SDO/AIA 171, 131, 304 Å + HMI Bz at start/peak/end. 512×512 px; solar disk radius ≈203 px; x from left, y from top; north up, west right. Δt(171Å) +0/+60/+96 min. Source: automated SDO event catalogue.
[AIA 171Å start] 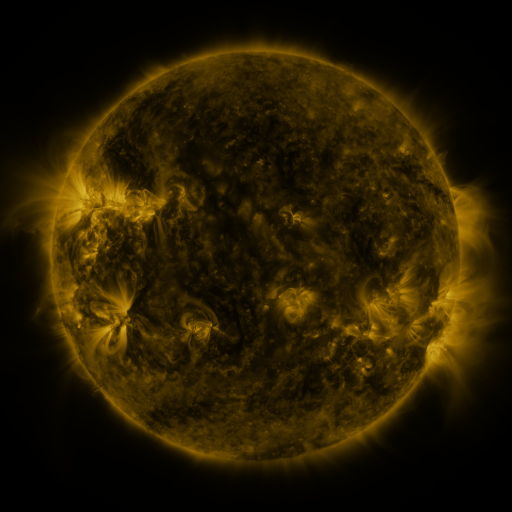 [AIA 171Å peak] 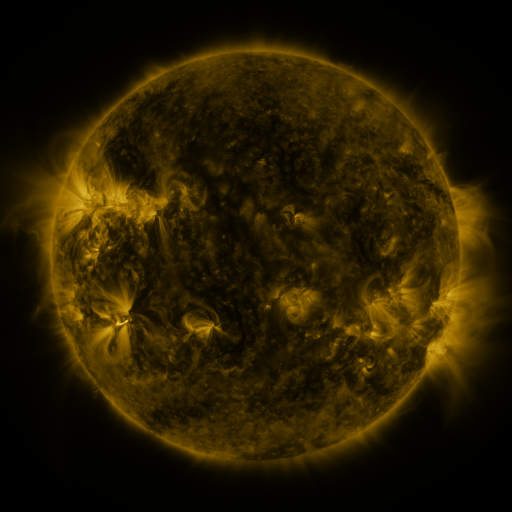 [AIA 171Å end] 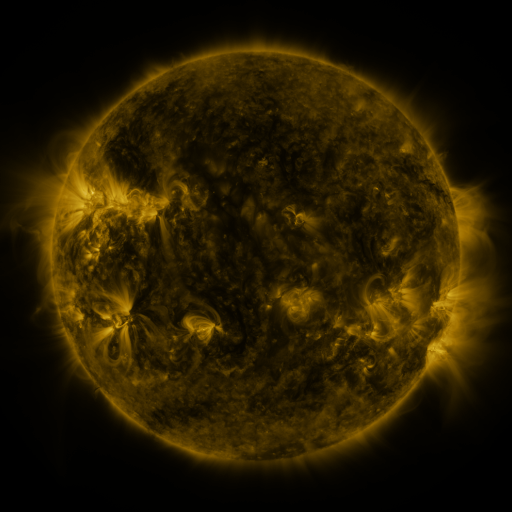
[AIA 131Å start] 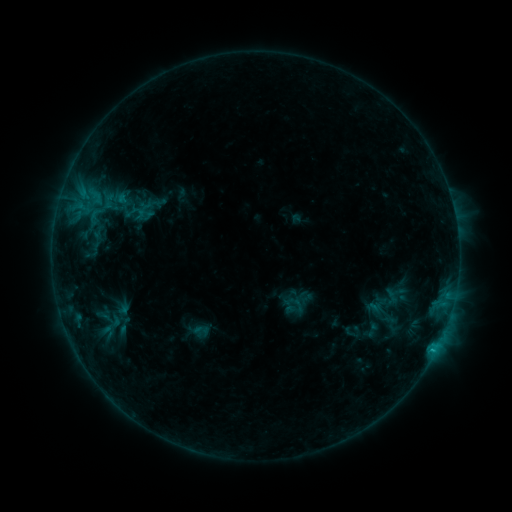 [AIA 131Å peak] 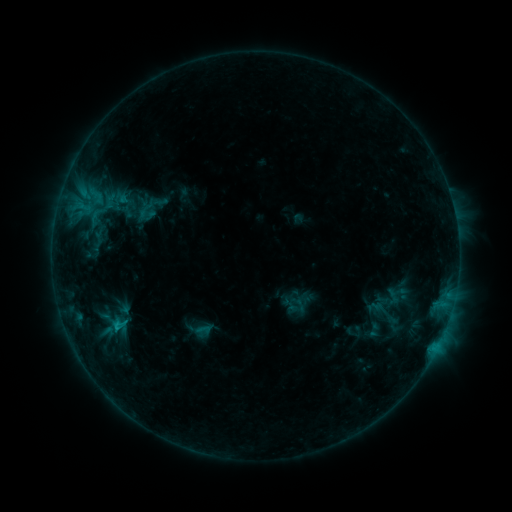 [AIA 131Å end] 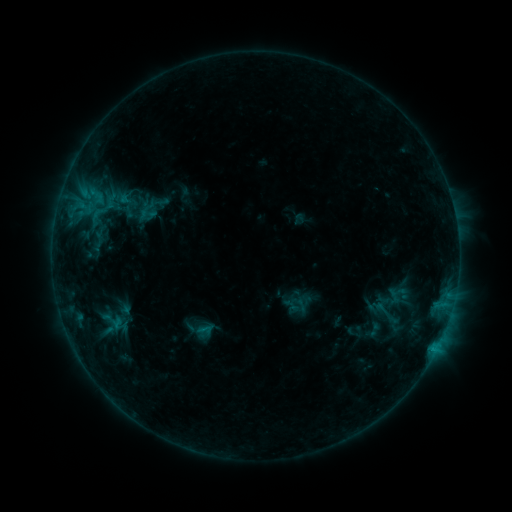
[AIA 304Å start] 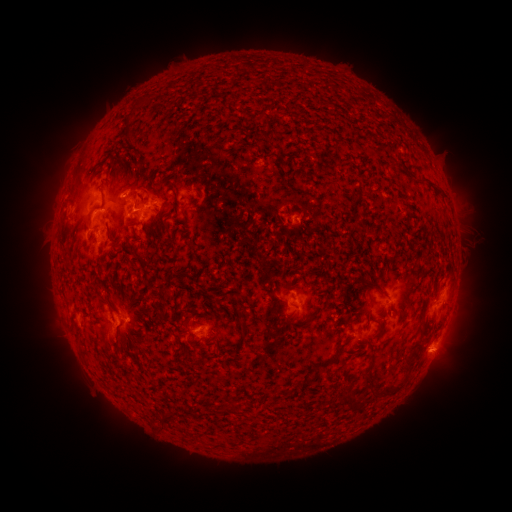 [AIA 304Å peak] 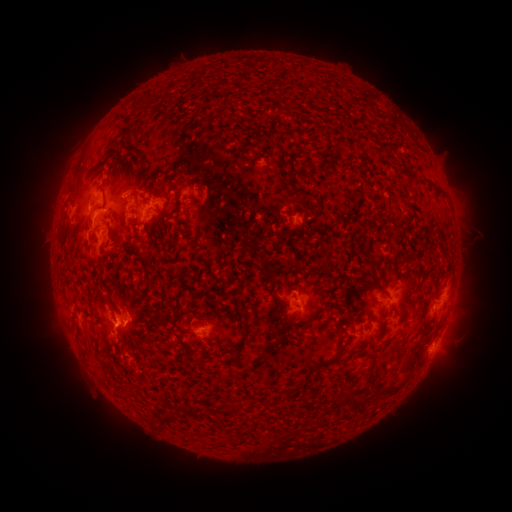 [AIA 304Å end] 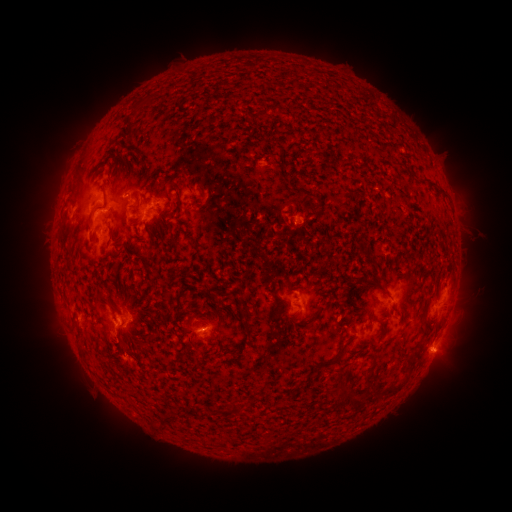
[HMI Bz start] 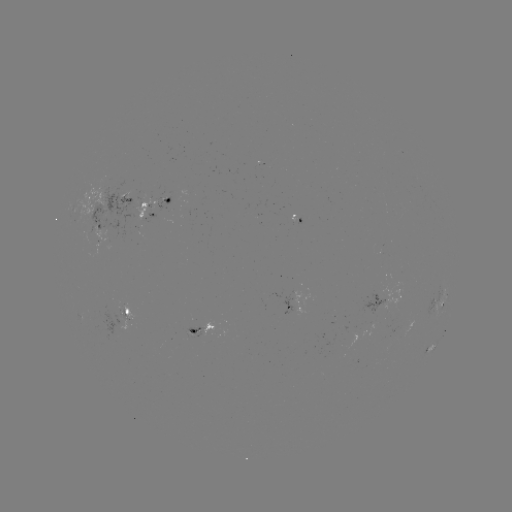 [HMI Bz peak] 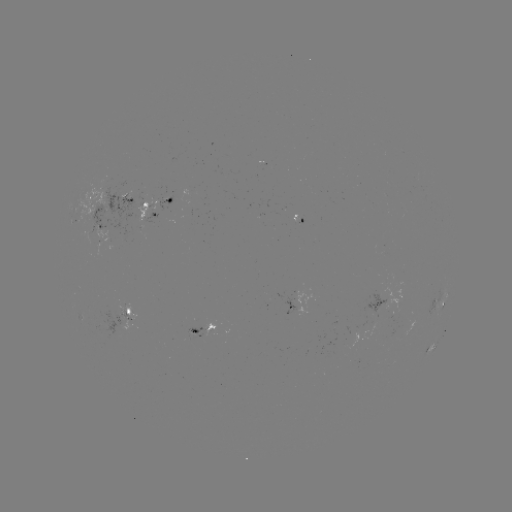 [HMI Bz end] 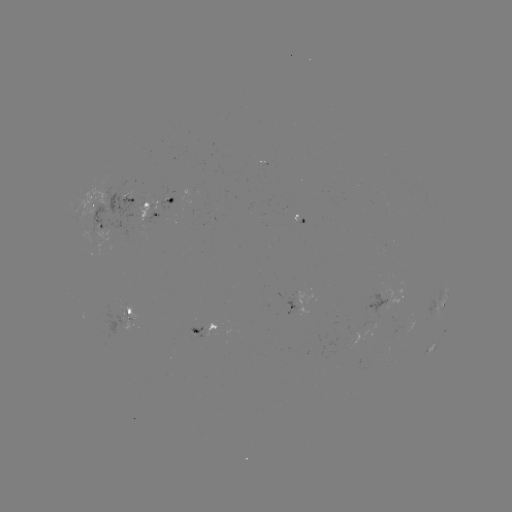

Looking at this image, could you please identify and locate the emerging-flux region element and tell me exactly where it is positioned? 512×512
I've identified emerging-flux region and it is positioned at [100, 238].